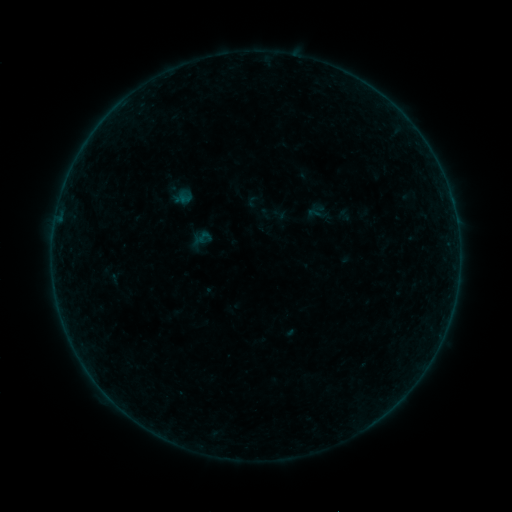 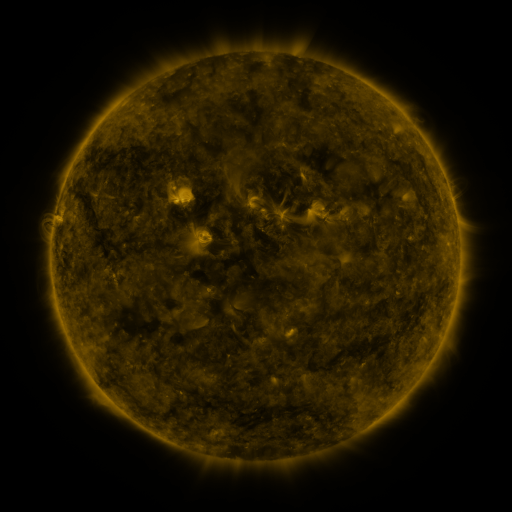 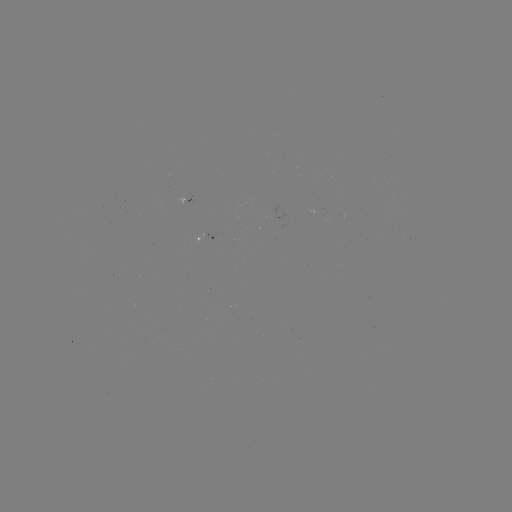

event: sigmoid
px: (315, 213)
